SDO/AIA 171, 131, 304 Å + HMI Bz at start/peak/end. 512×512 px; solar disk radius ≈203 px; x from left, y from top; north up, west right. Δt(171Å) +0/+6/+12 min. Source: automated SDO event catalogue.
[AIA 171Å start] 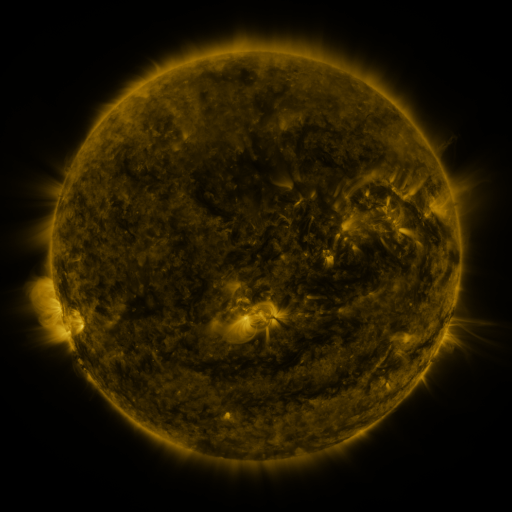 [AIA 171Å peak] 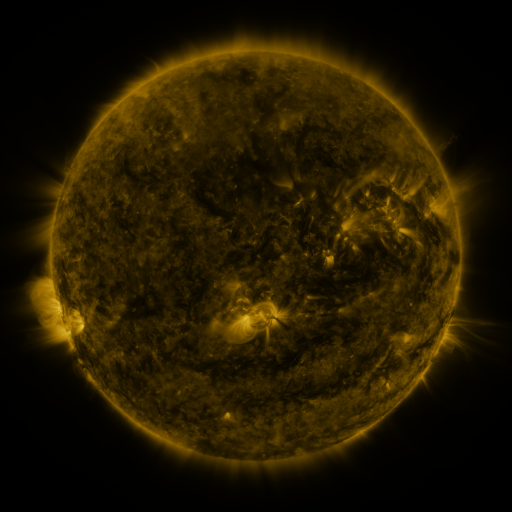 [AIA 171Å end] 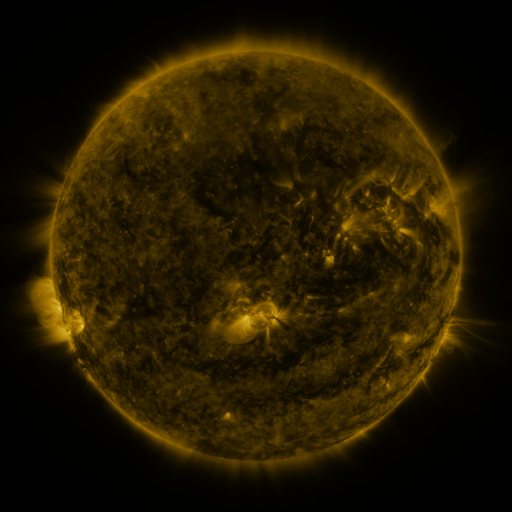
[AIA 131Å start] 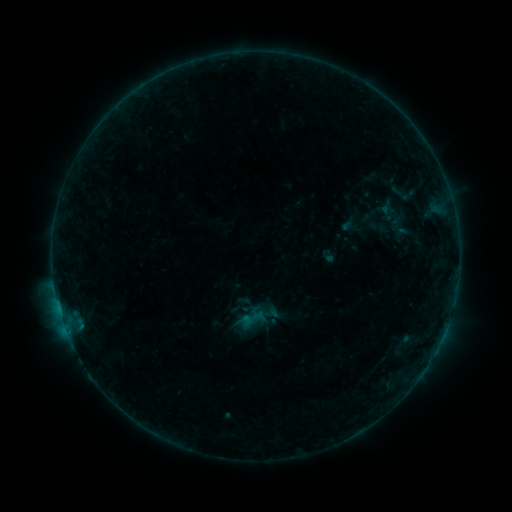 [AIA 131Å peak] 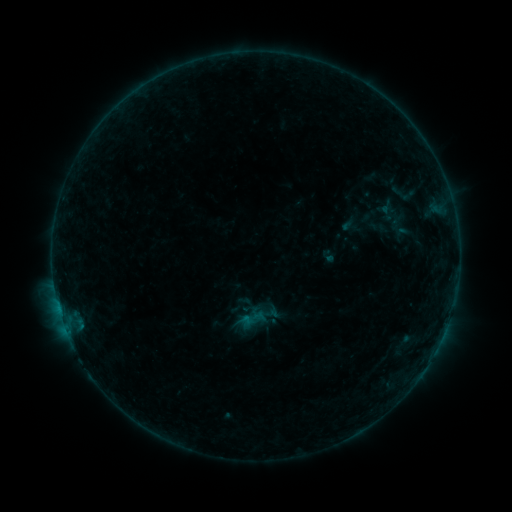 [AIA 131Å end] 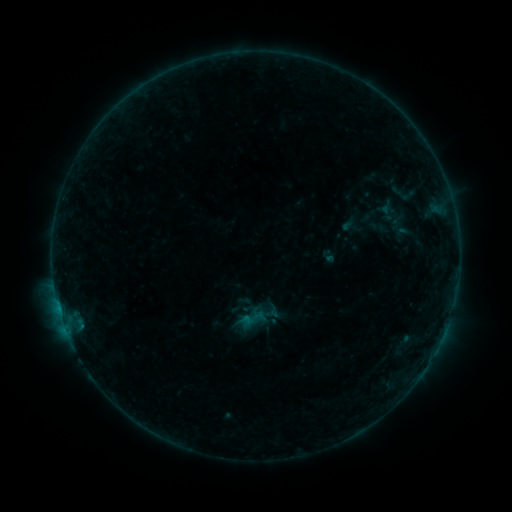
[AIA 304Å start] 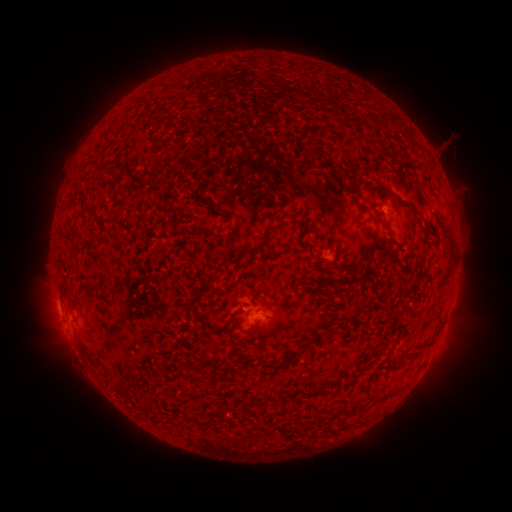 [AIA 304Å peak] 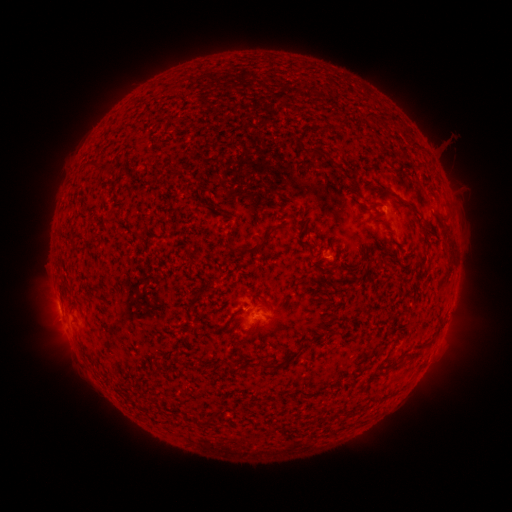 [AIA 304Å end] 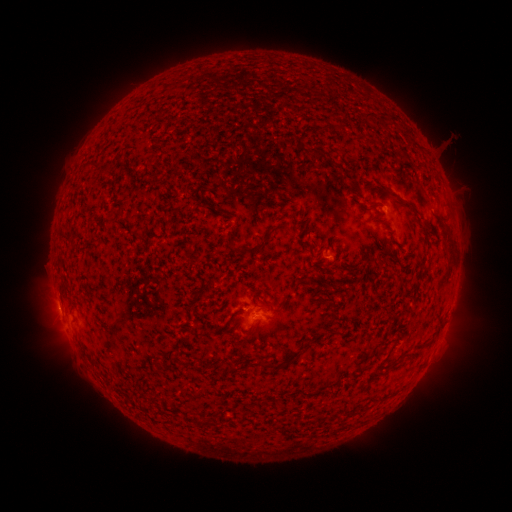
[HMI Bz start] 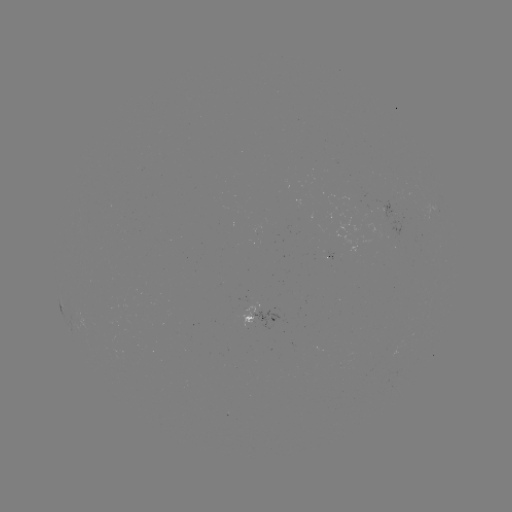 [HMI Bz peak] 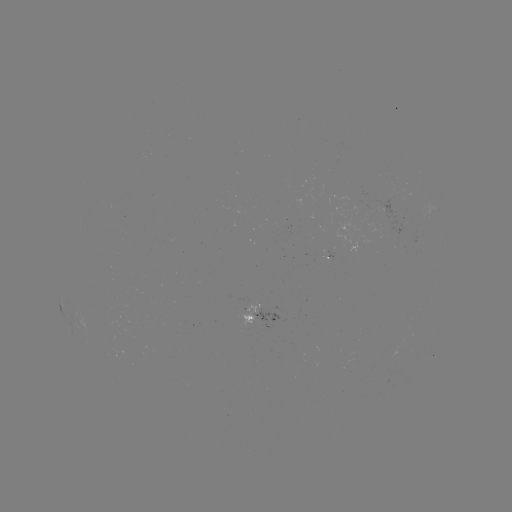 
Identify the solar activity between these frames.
no classed flare was catalogued and no EUV brightening was flagged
